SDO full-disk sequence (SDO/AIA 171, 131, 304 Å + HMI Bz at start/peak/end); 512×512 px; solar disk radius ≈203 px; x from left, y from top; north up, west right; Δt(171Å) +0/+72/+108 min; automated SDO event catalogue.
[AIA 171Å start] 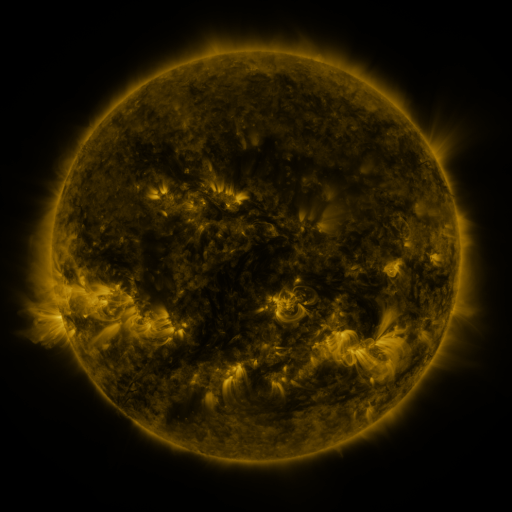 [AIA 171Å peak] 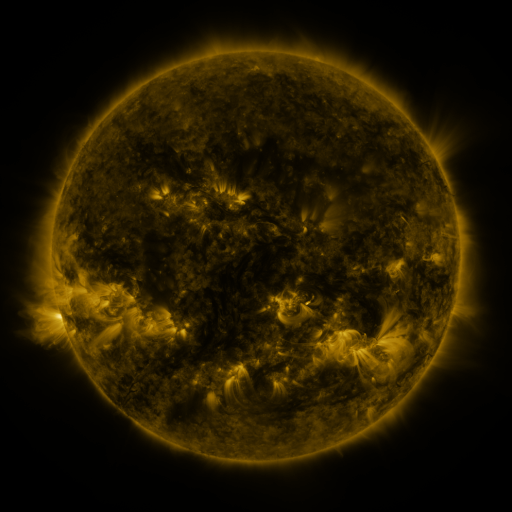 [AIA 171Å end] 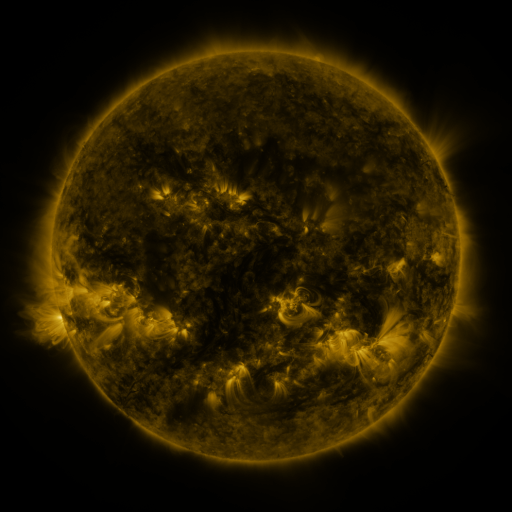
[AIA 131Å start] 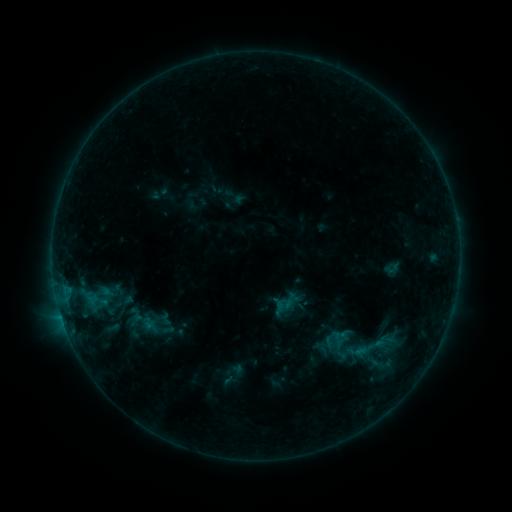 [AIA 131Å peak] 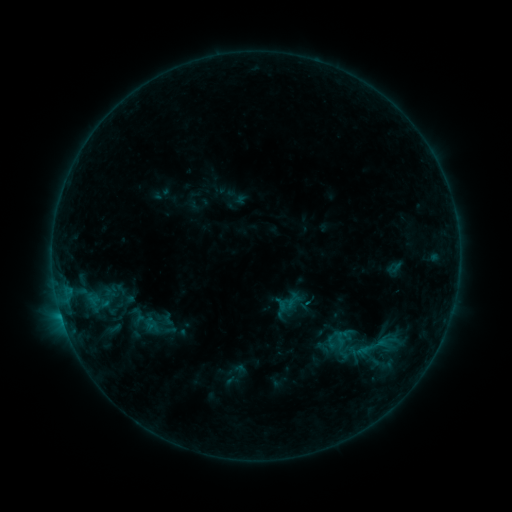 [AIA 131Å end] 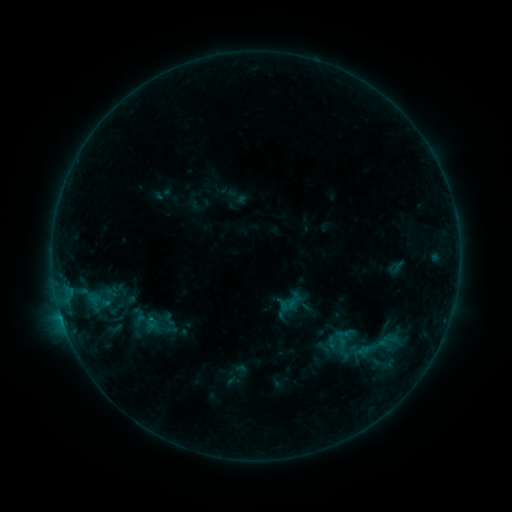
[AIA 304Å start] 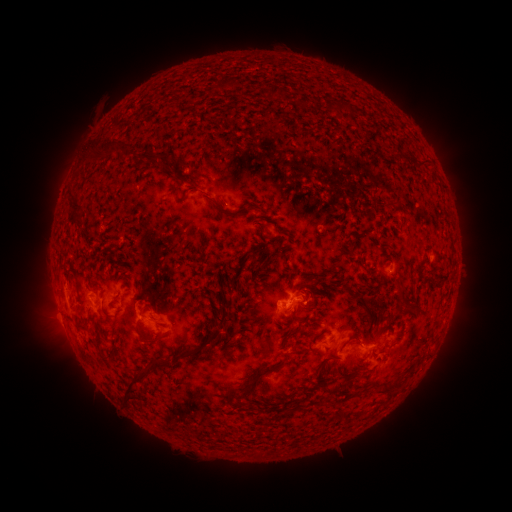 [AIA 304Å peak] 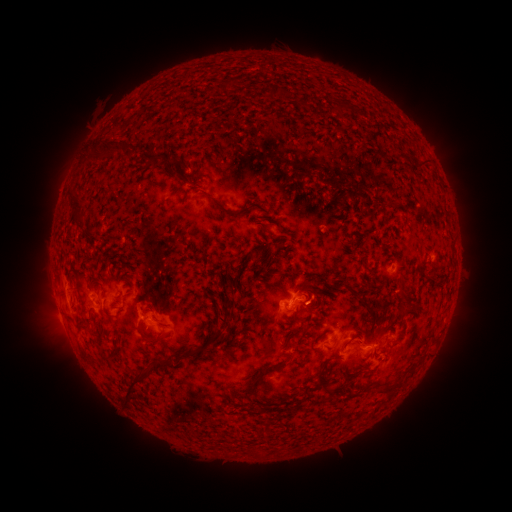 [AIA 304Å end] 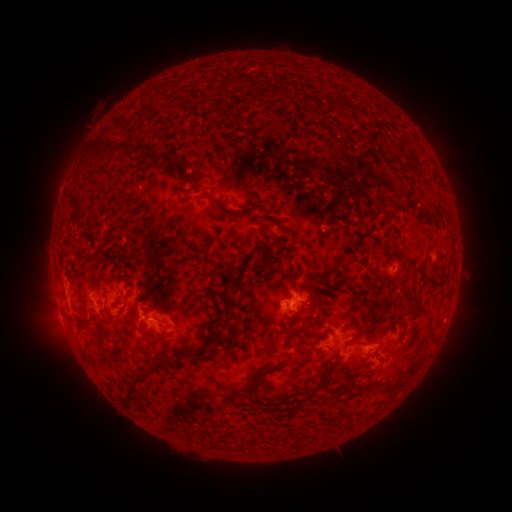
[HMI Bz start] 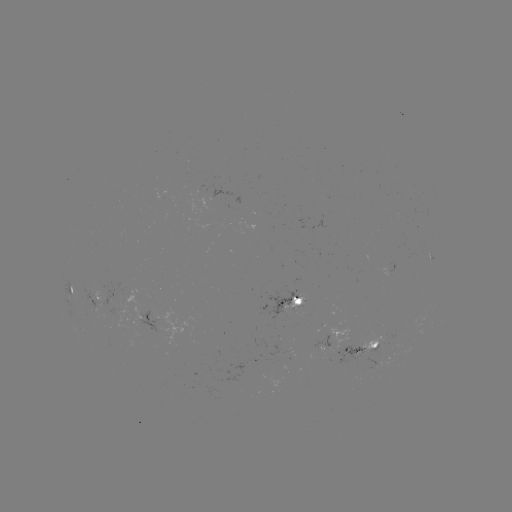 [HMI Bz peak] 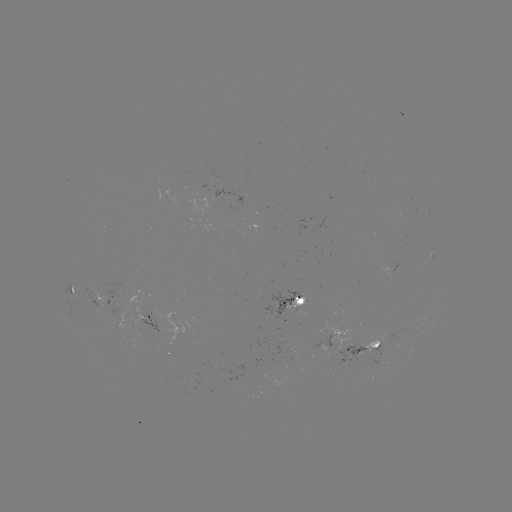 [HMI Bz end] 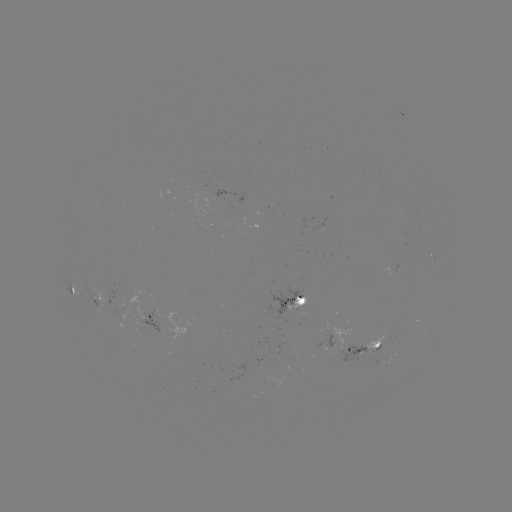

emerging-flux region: (264, 292, 303, 320)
